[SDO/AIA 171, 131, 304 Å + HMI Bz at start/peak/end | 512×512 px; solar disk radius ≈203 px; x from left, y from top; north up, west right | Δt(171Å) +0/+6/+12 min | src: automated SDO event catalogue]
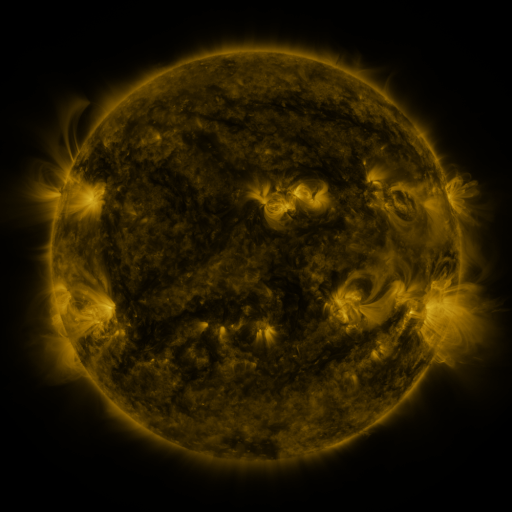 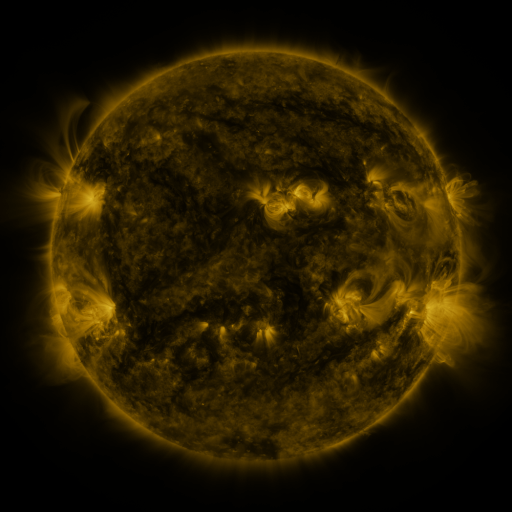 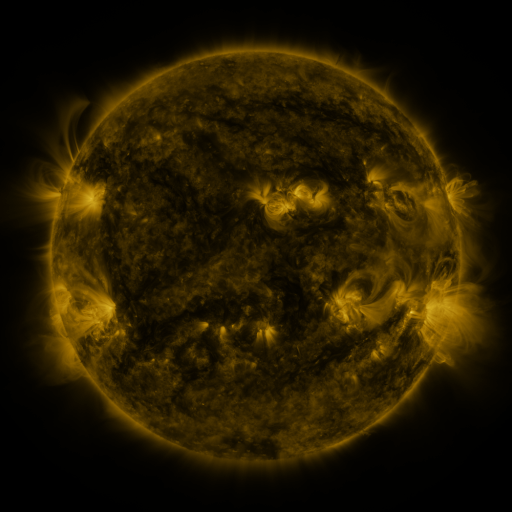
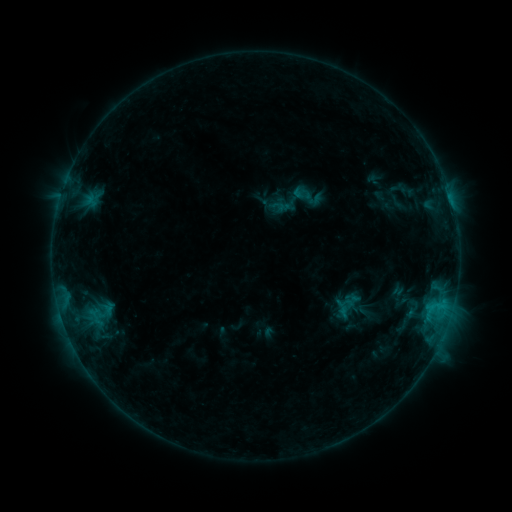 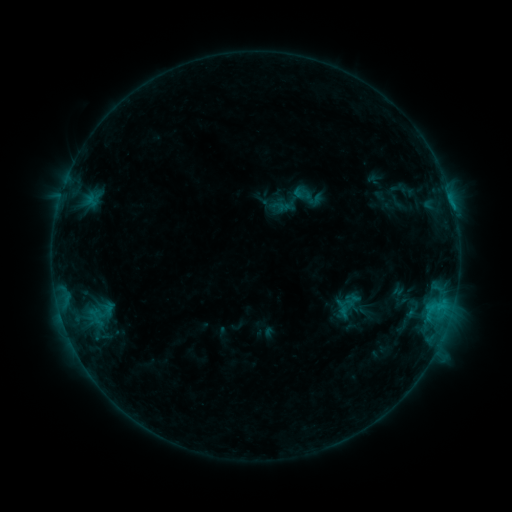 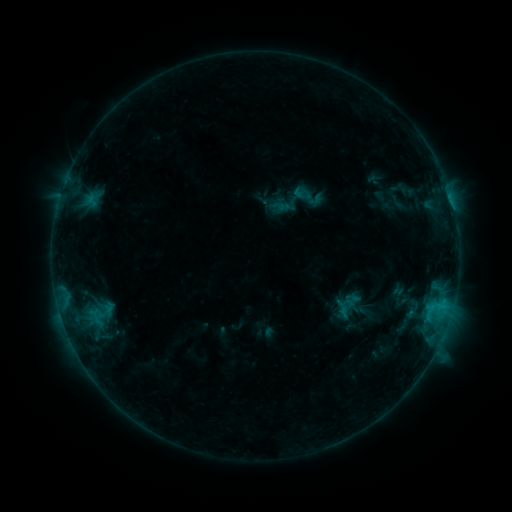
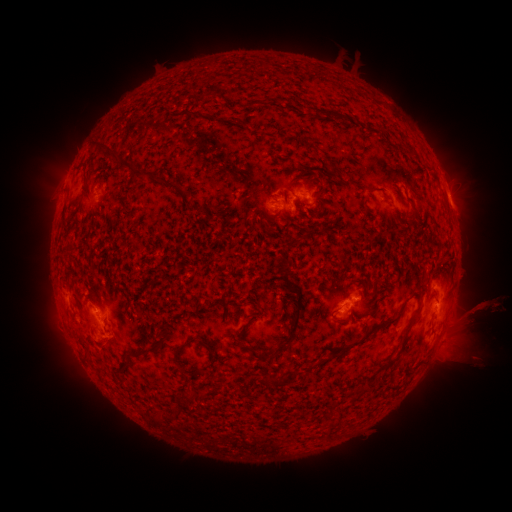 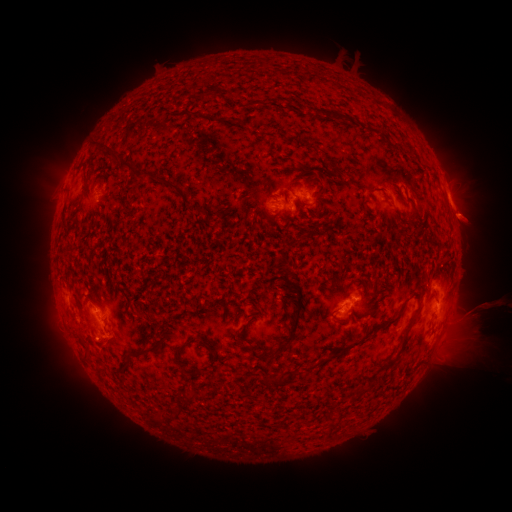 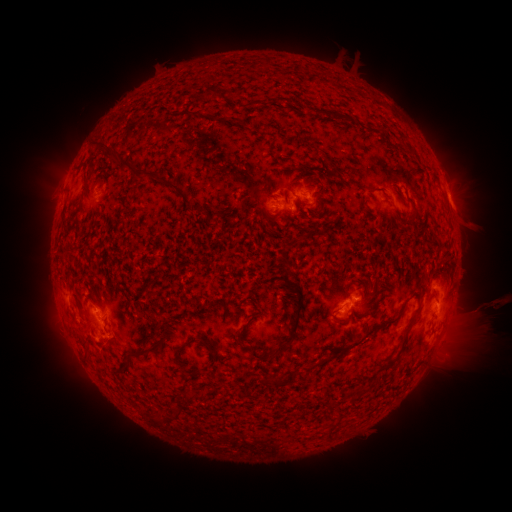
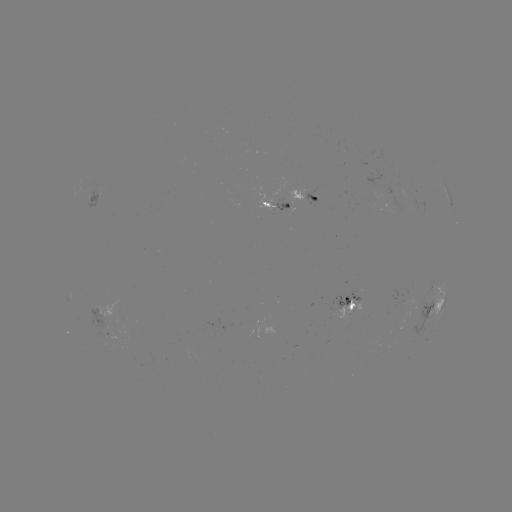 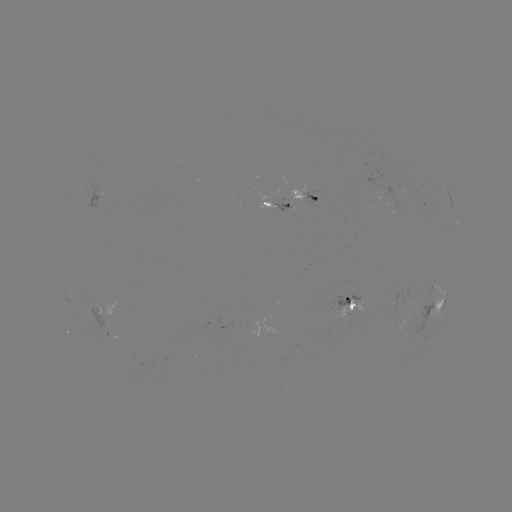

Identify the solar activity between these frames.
eruption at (469, 217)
